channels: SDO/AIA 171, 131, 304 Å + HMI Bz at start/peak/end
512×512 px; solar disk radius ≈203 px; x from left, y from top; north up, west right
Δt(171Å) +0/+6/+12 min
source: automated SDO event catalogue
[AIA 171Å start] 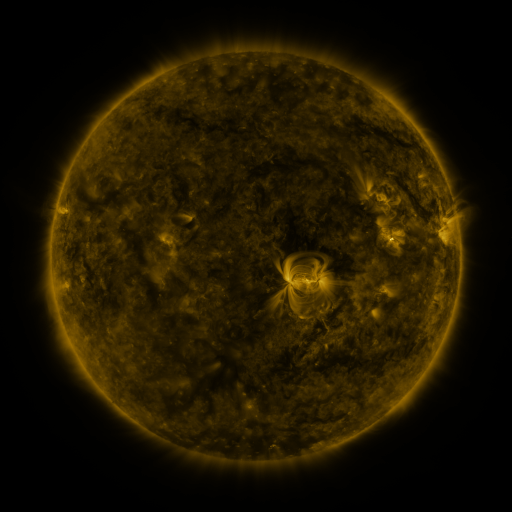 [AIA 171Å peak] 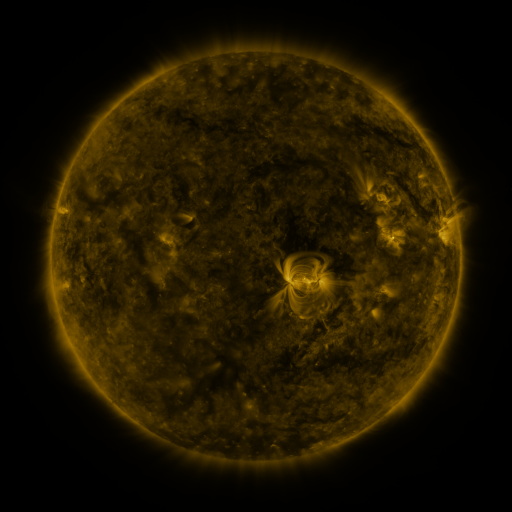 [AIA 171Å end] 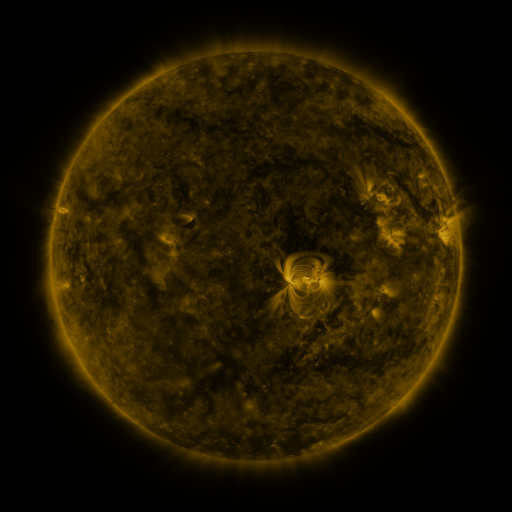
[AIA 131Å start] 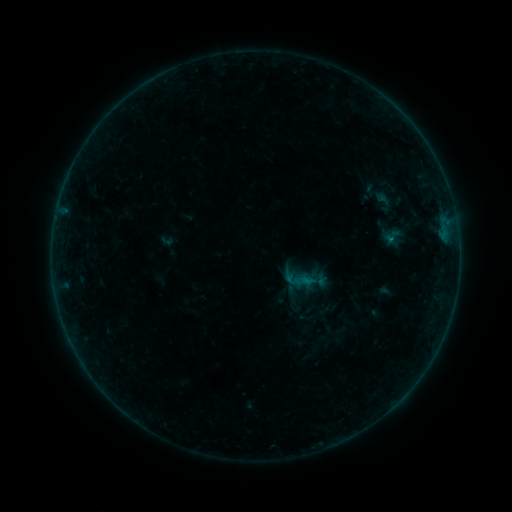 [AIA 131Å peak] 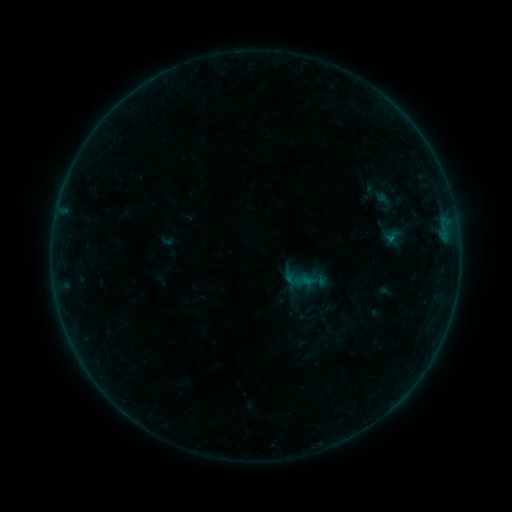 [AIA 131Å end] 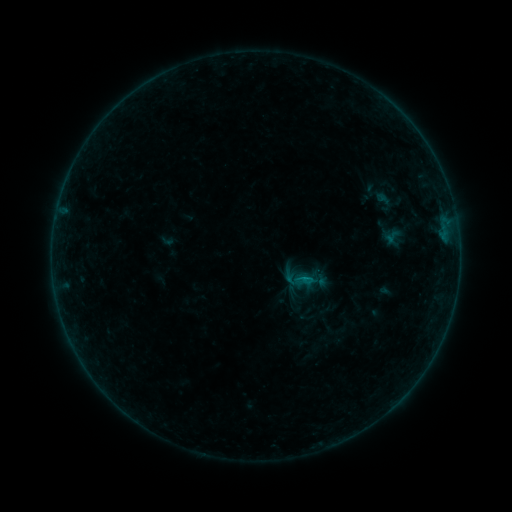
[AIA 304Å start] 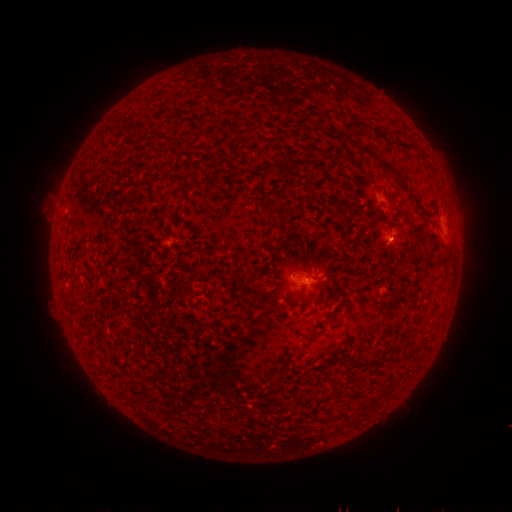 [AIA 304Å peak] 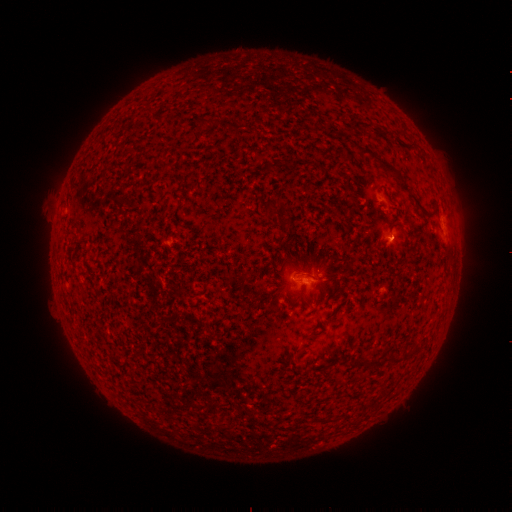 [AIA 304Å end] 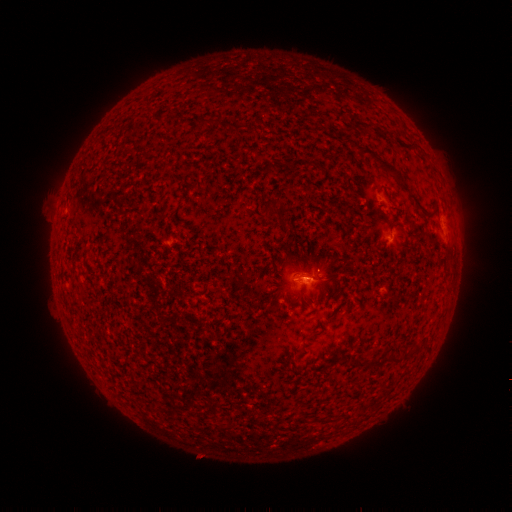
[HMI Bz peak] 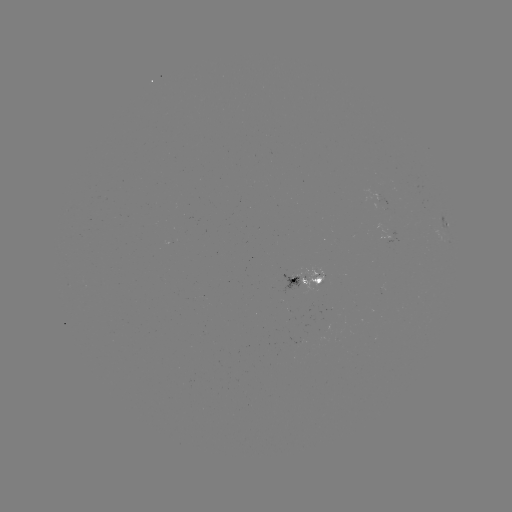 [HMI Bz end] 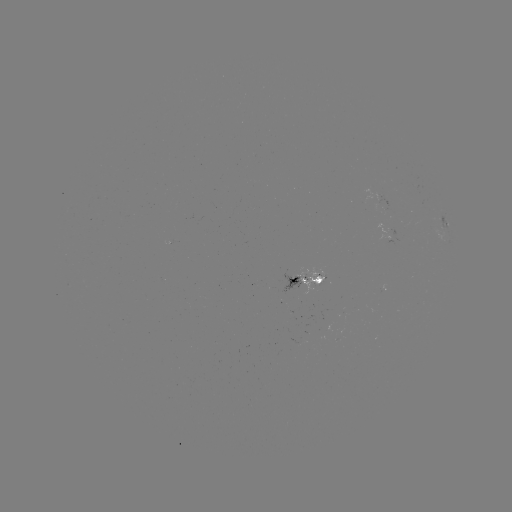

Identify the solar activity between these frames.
B2.7 flare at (305, 278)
